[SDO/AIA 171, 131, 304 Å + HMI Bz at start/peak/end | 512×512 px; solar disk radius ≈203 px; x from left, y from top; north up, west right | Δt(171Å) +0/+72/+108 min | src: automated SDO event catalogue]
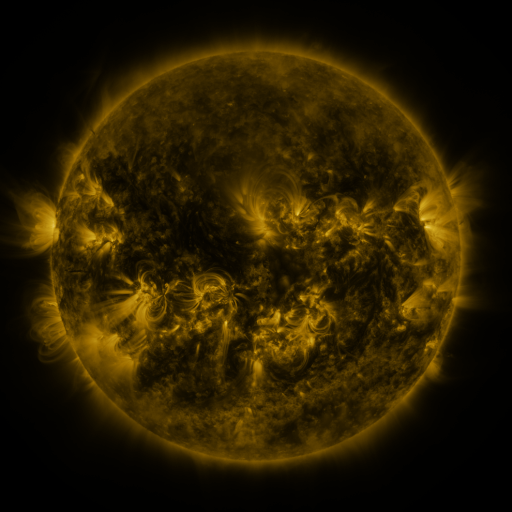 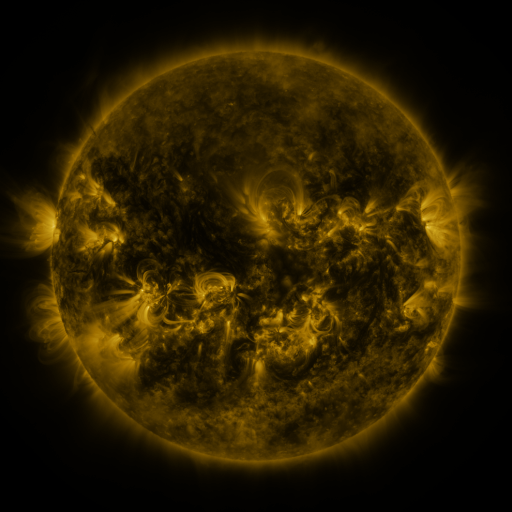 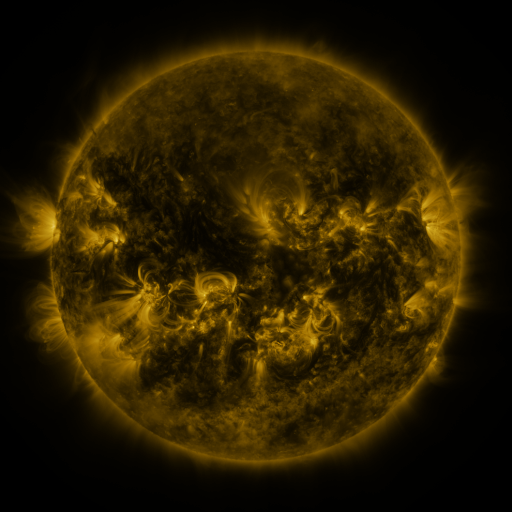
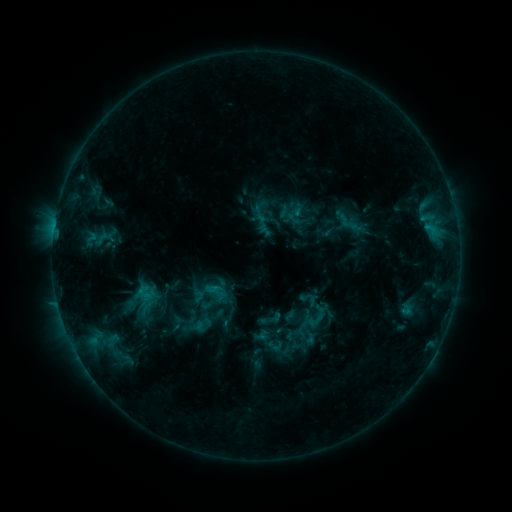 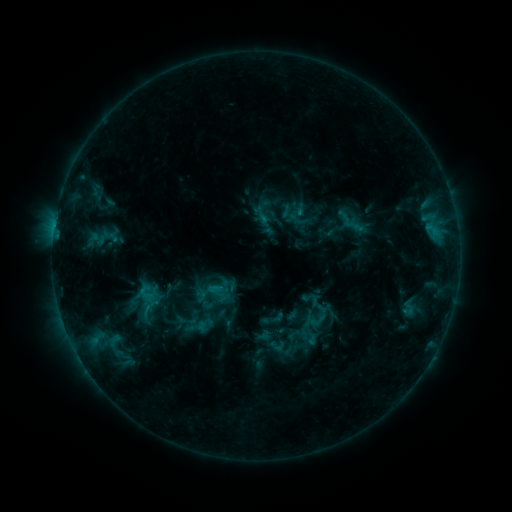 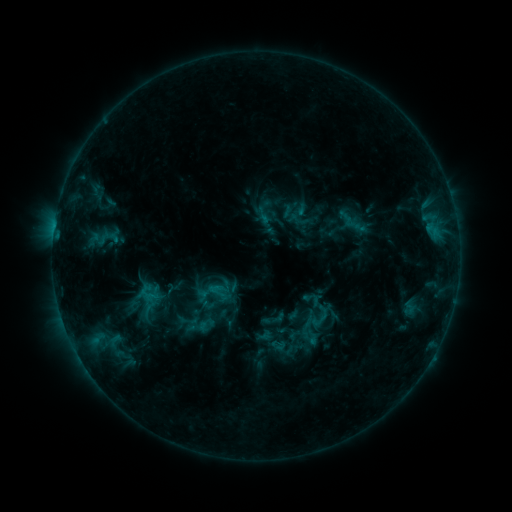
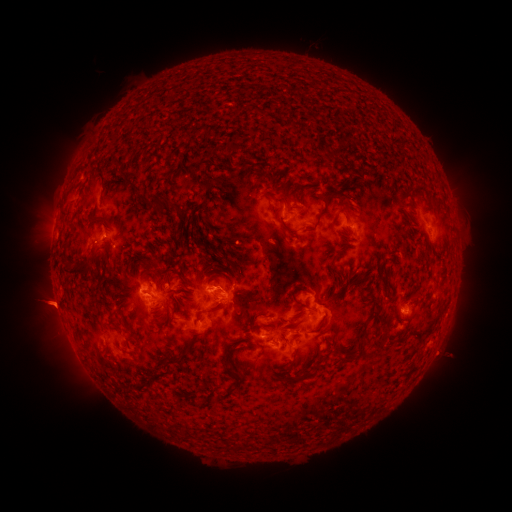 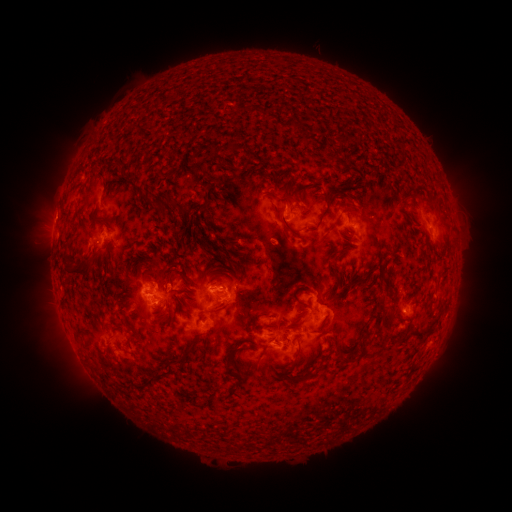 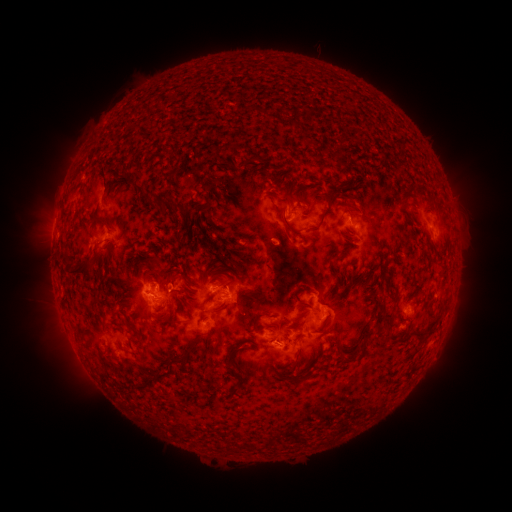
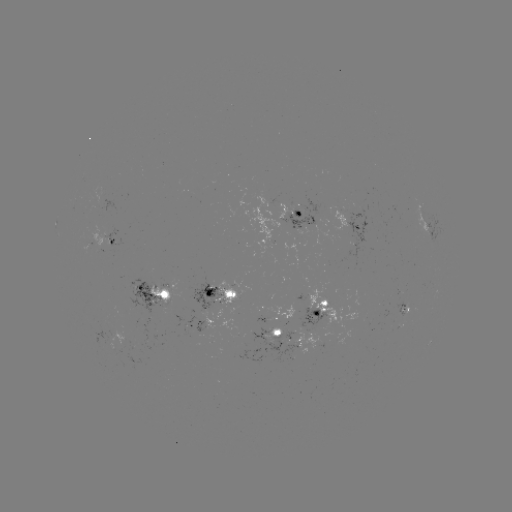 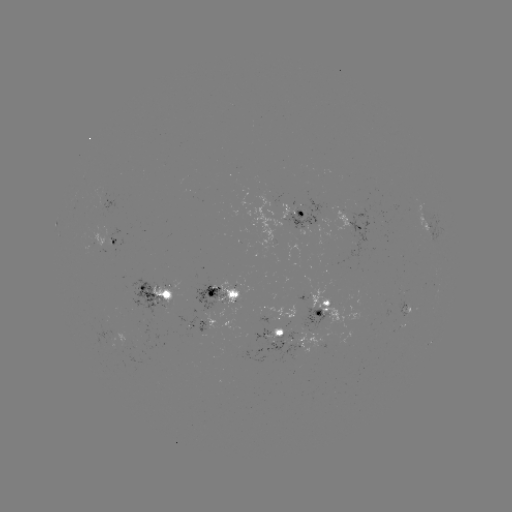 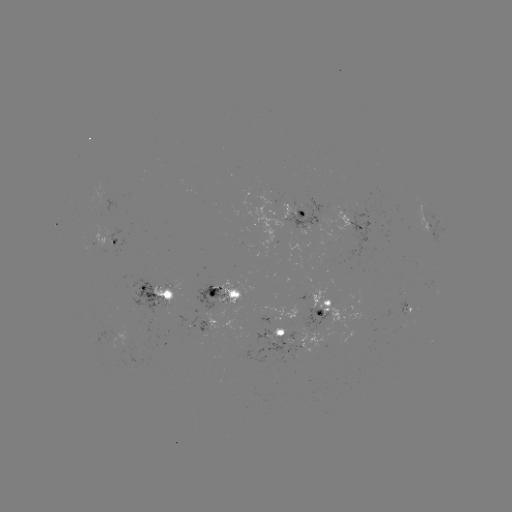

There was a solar emerging-flux region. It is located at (203, 329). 